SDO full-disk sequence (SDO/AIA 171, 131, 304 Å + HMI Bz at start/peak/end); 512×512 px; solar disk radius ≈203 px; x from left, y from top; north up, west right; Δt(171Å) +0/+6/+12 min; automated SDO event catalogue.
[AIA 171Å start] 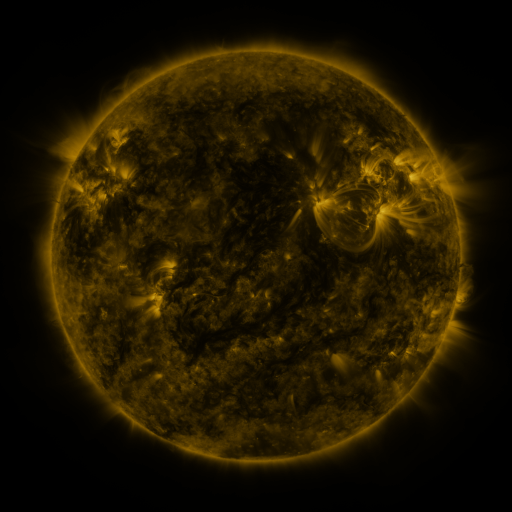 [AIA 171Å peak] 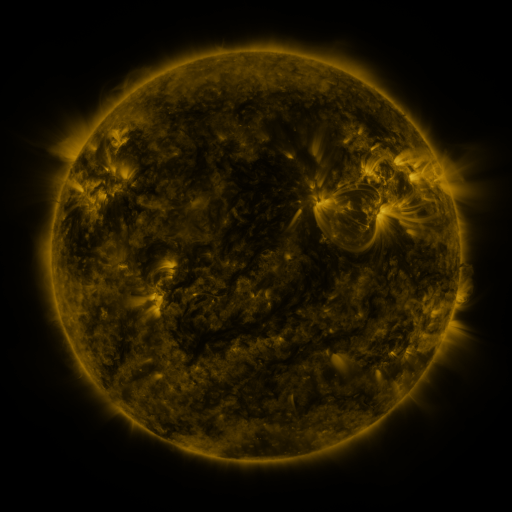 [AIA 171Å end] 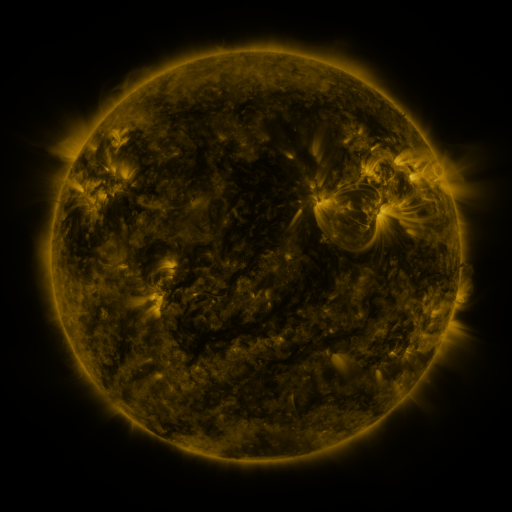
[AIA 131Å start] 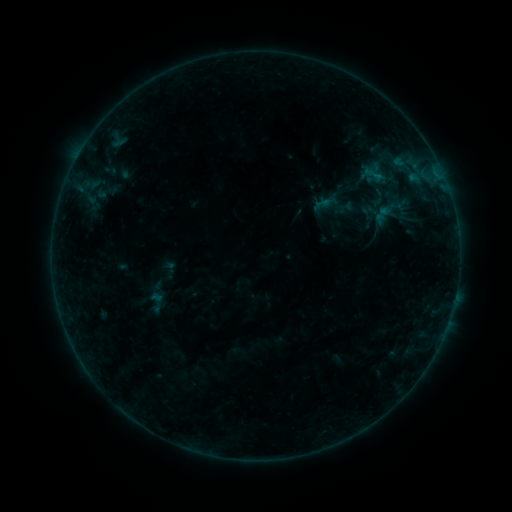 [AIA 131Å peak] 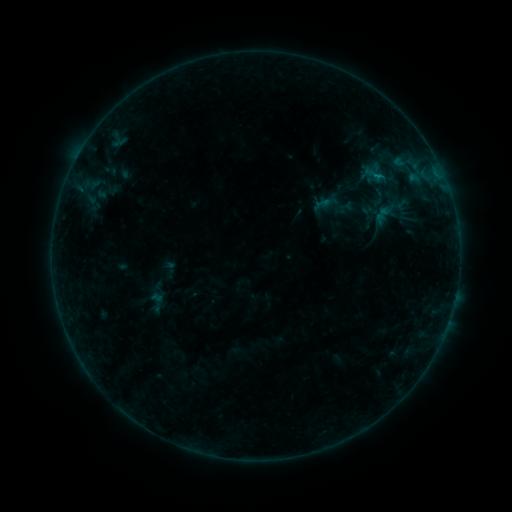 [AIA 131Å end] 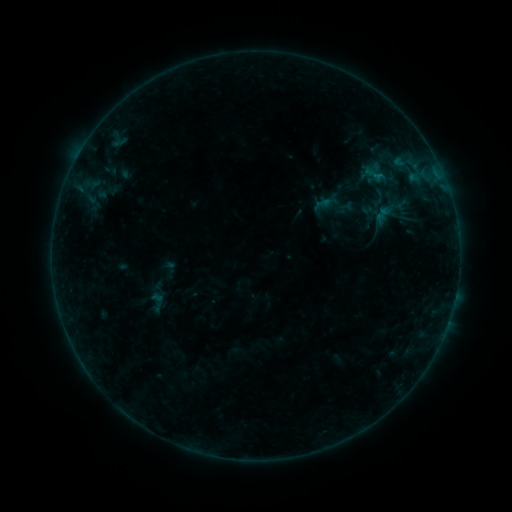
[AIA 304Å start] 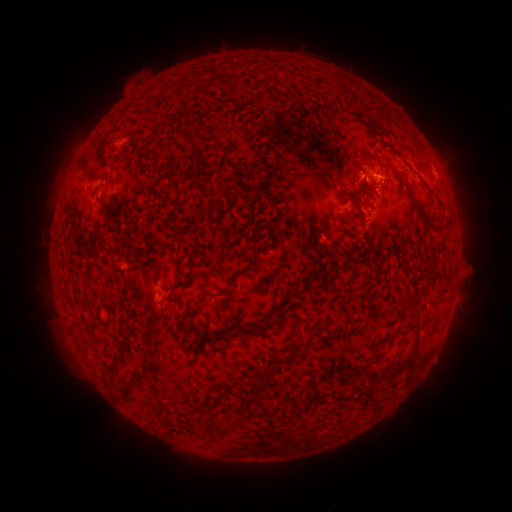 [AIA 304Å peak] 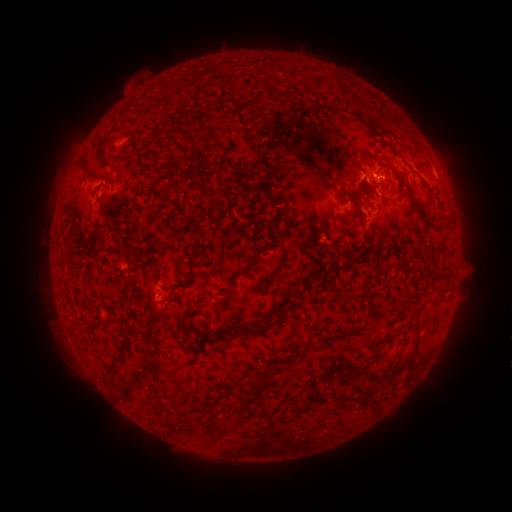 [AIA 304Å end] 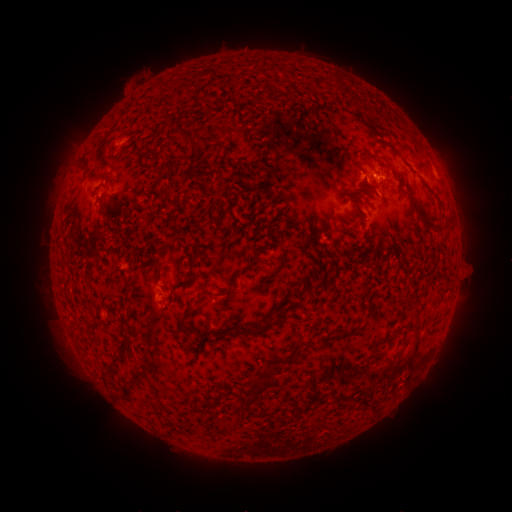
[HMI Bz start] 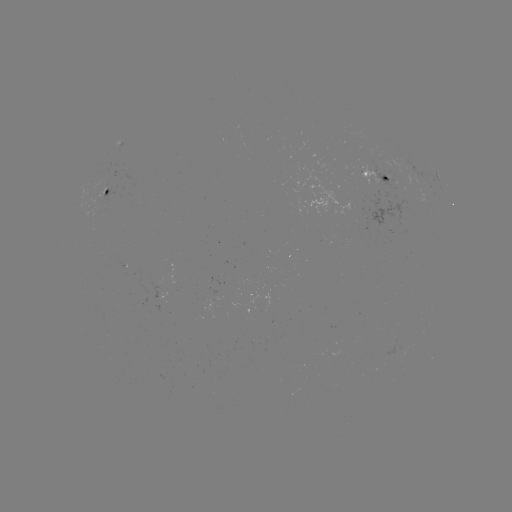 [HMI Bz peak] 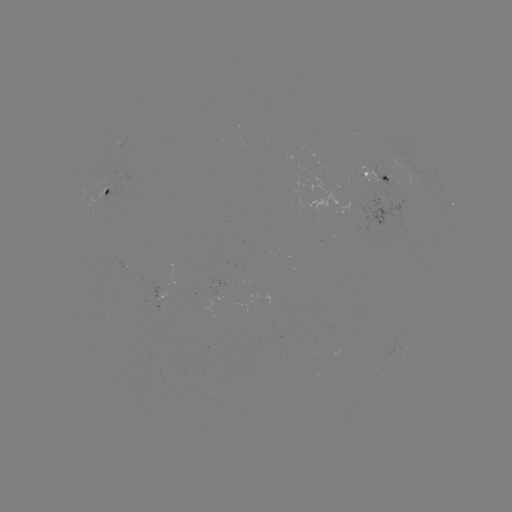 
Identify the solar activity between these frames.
B4.3 flare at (375, 178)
